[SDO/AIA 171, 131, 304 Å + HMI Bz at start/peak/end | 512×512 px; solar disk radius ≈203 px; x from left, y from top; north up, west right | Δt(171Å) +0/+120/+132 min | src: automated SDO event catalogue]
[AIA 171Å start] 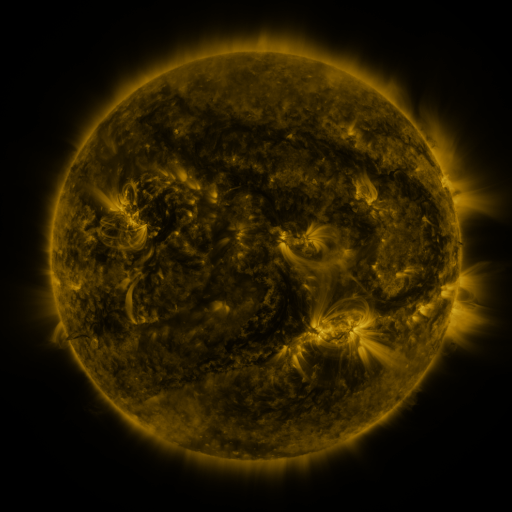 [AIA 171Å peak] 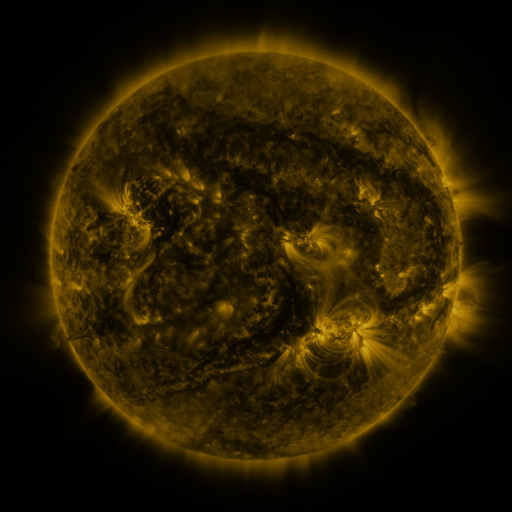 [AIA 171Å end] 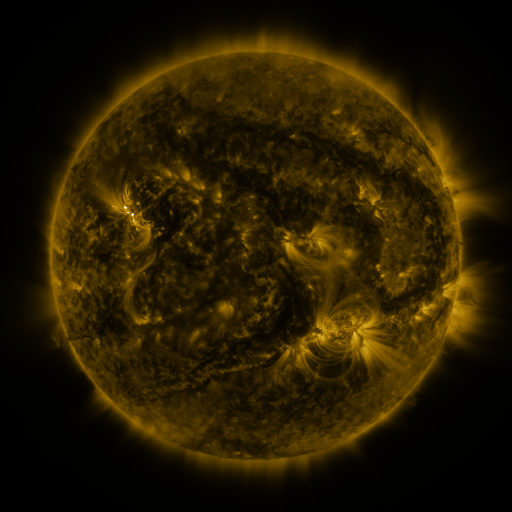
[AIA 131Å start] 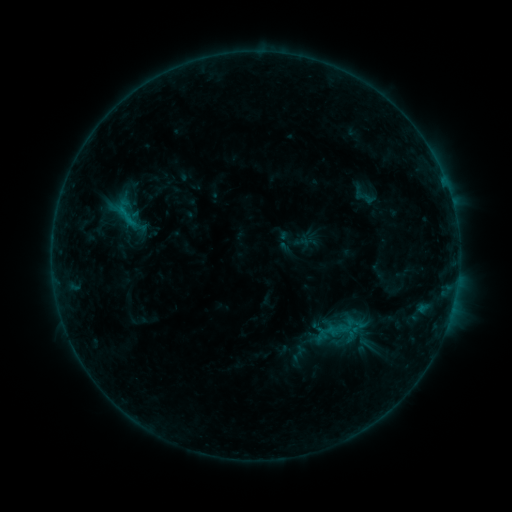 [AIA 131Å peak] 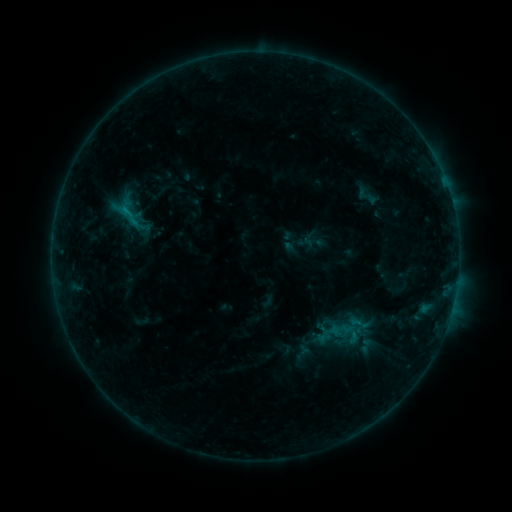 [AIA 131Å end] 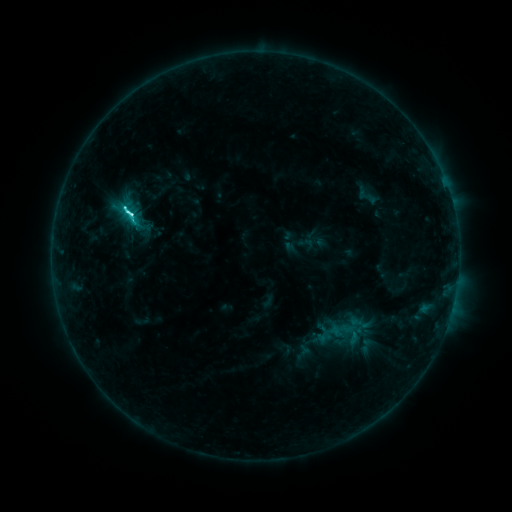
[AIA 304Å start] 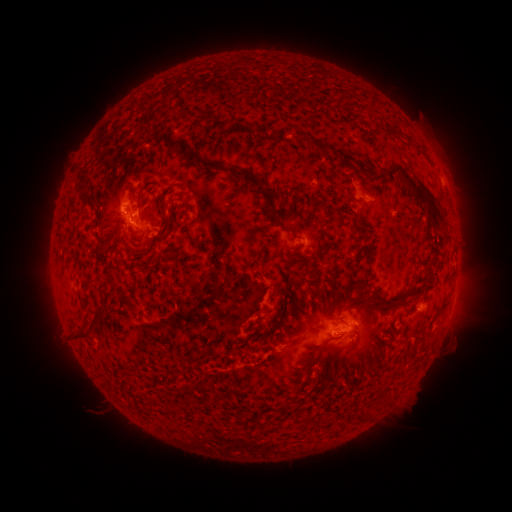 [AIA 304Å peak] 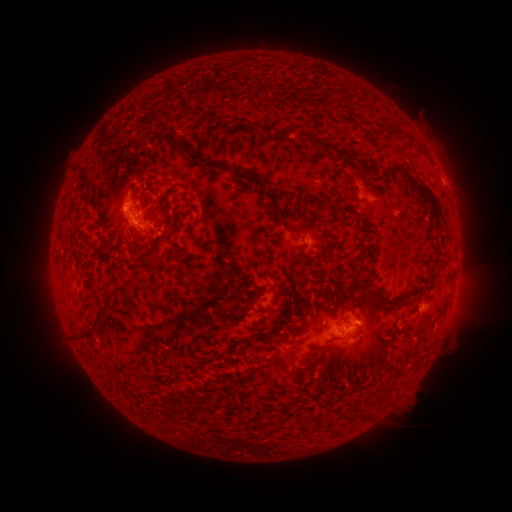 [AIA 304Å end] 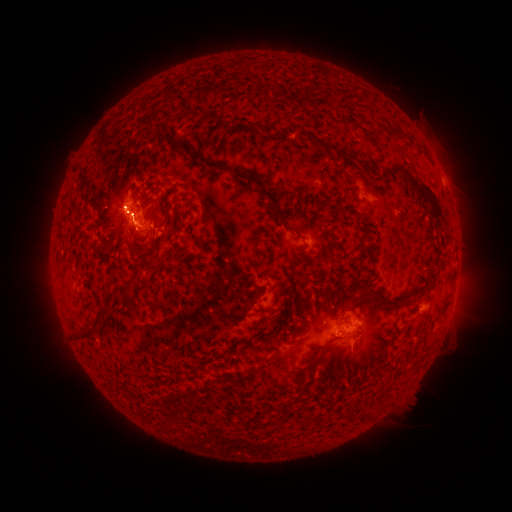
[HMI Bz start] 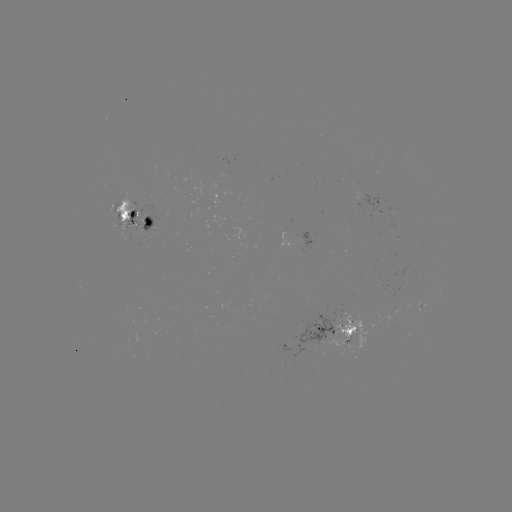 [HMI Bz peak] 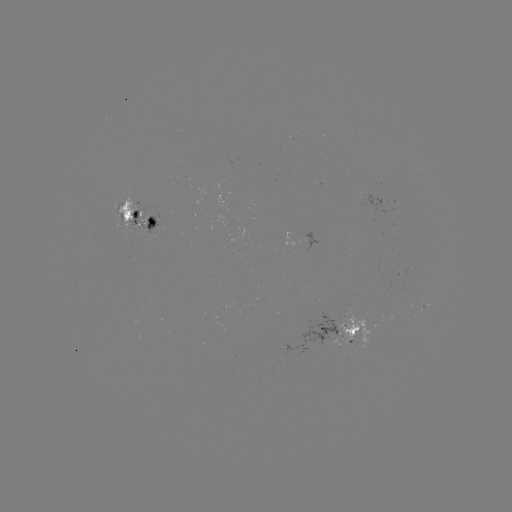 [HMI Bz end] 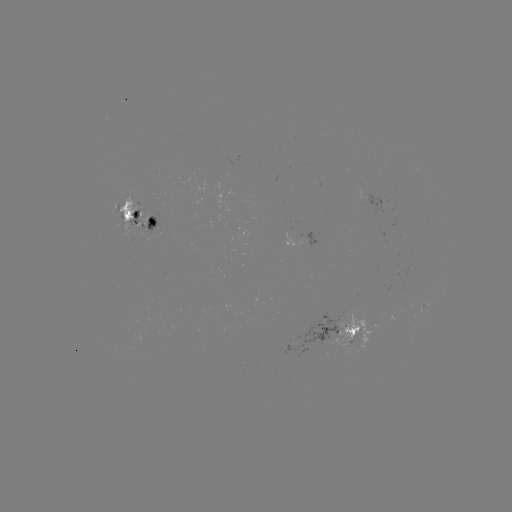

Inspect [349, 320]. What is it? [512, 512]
emerging-flux region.